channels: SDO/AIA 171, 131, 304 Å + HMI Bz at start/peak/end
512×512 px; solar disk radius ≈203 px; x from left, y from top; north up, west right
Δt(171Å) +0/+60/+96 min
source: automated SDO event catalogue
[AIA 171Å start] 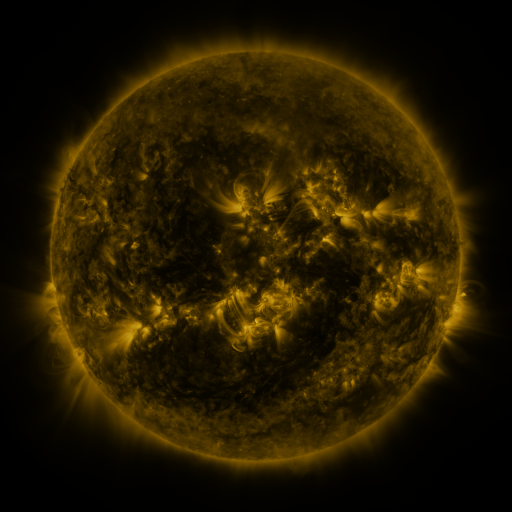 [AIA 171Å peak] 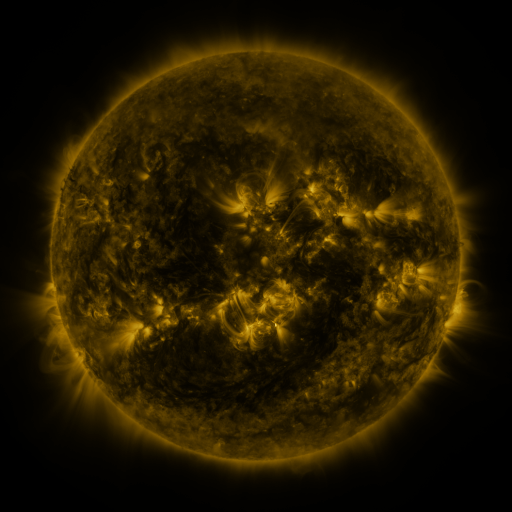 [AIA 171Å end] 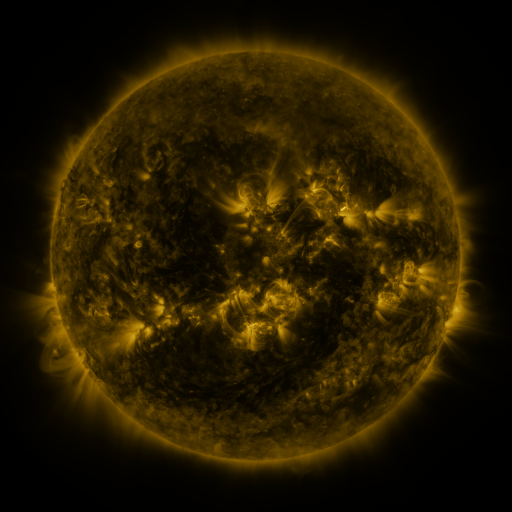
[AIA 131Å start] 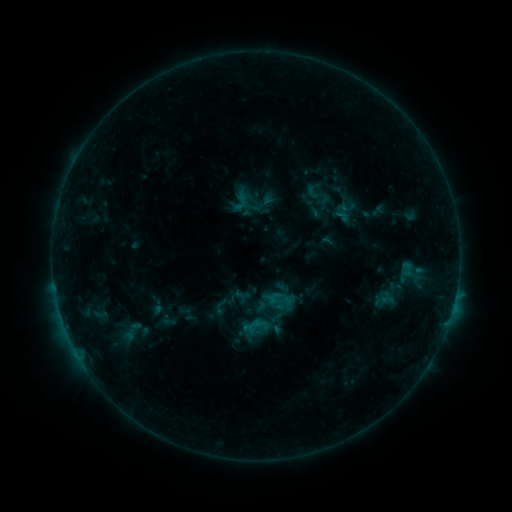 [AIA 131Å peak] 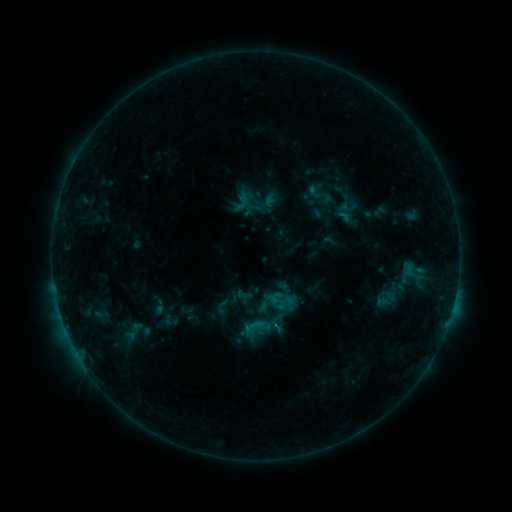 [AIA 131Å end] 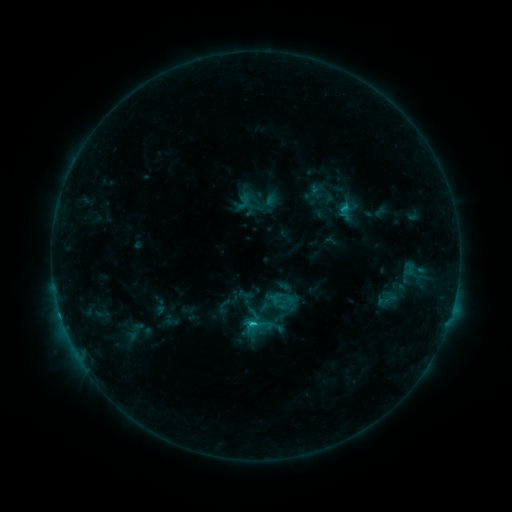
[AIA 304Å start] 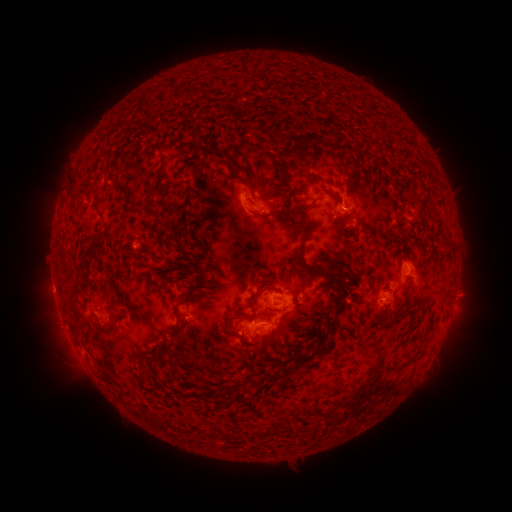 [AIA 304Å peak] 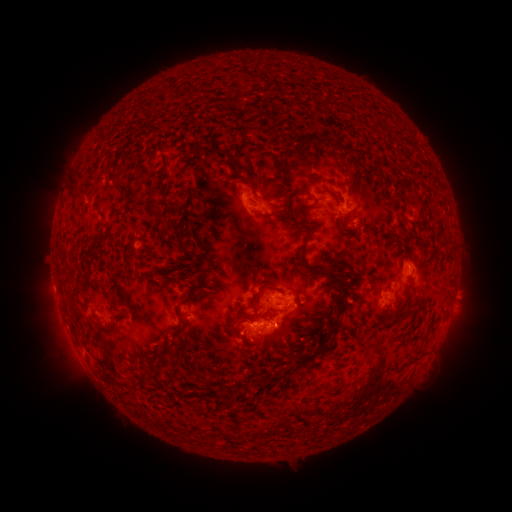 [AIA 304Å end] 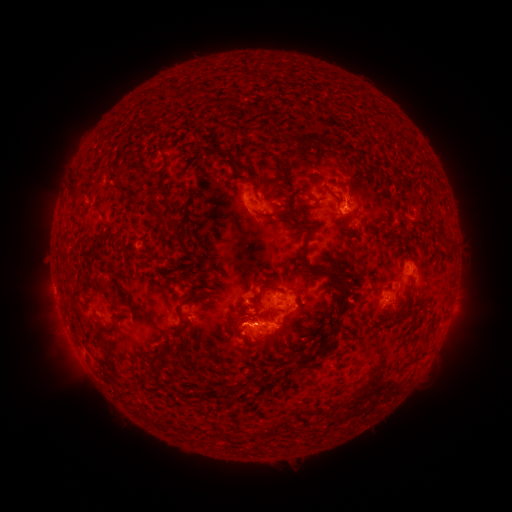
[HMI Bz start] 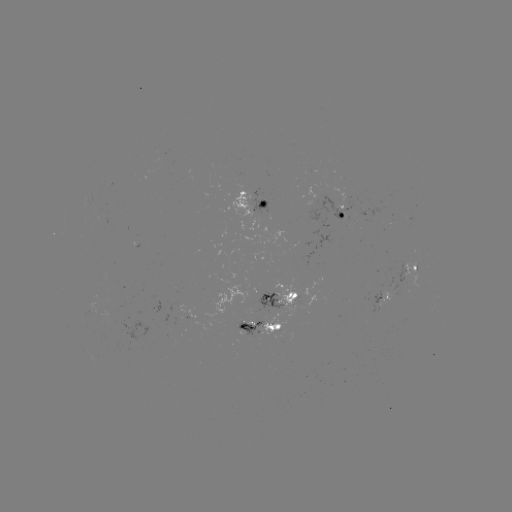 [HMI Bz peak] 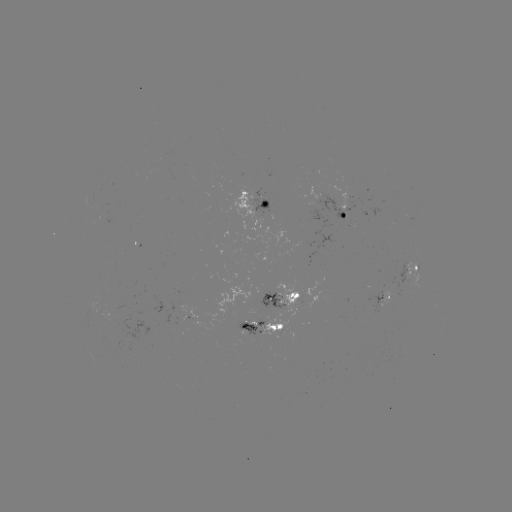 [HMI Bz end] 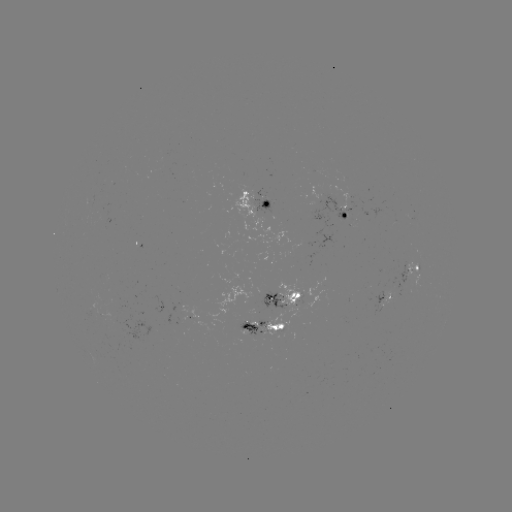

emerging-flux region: (382, 283, 393, 305)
